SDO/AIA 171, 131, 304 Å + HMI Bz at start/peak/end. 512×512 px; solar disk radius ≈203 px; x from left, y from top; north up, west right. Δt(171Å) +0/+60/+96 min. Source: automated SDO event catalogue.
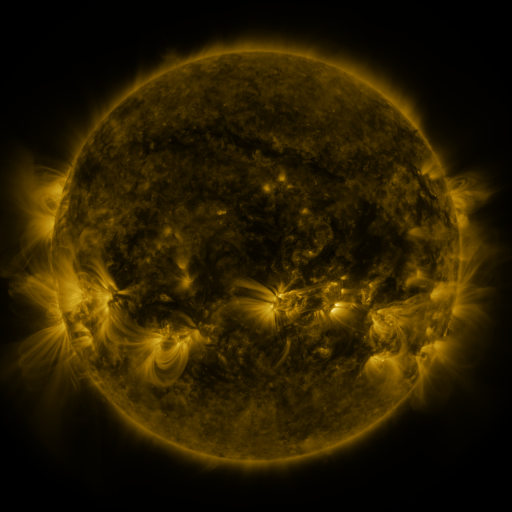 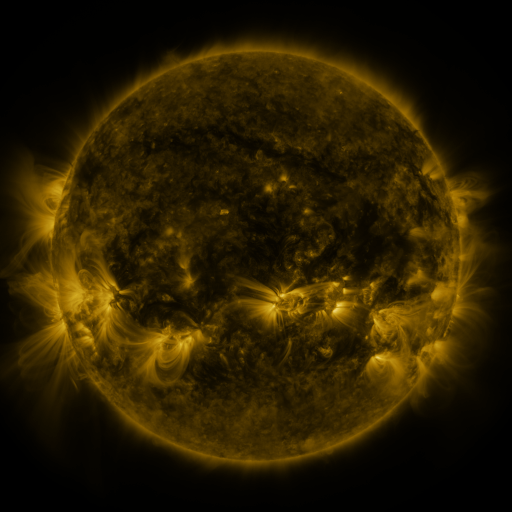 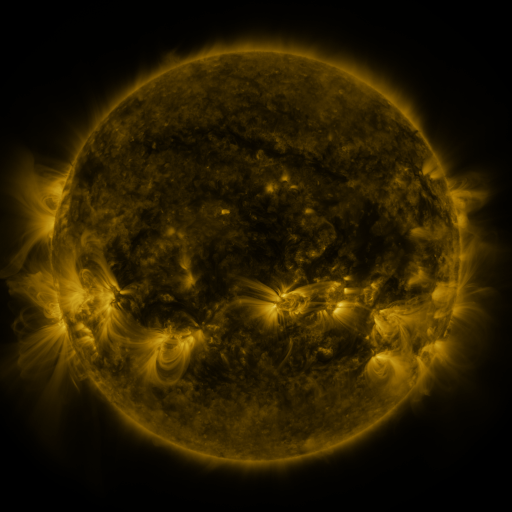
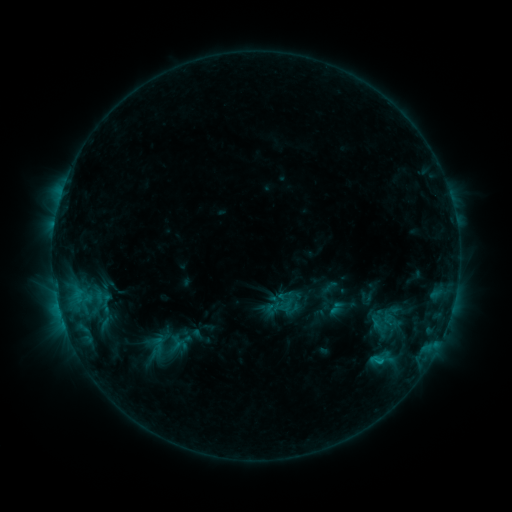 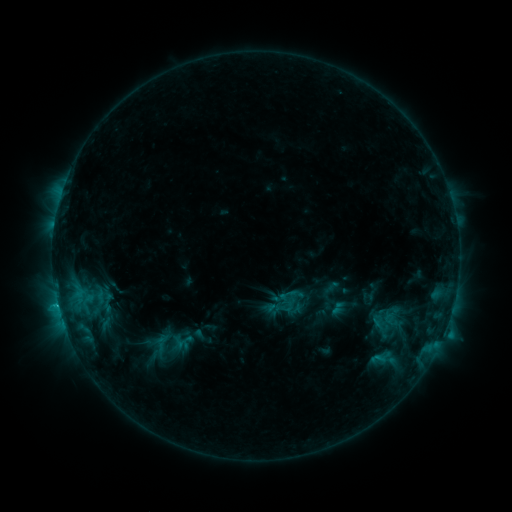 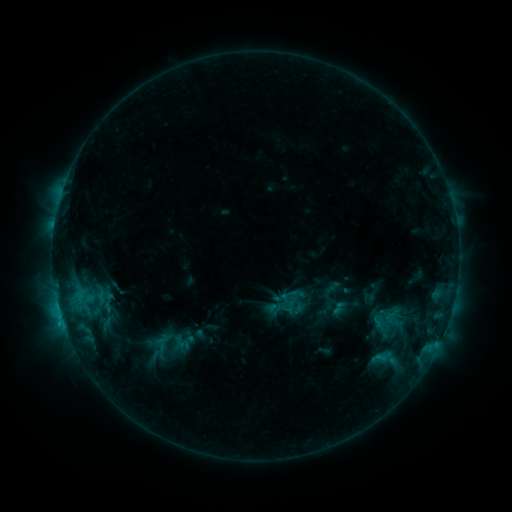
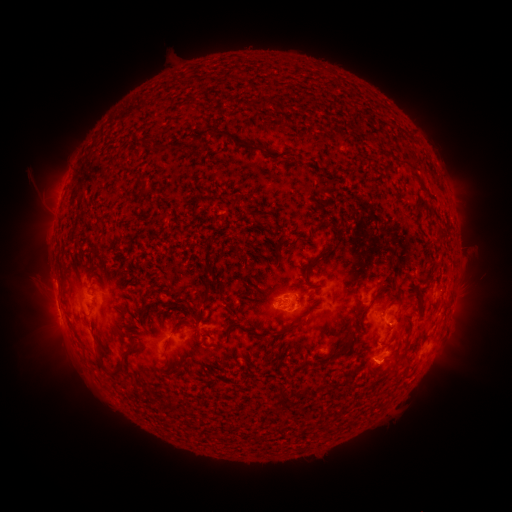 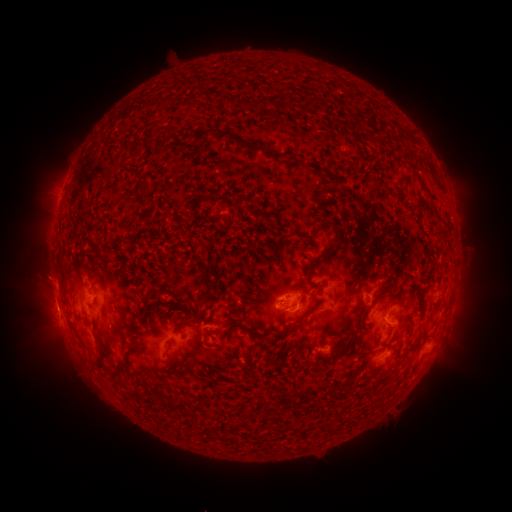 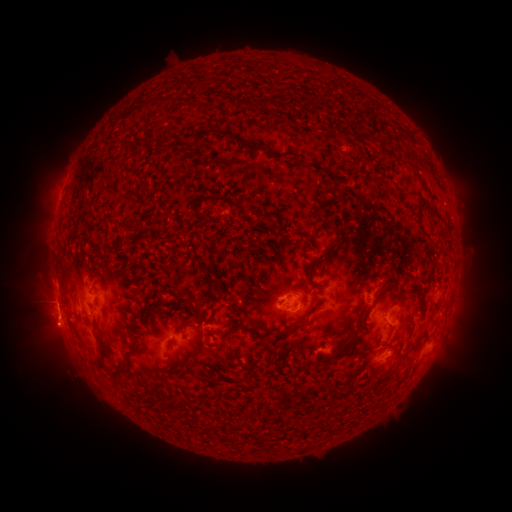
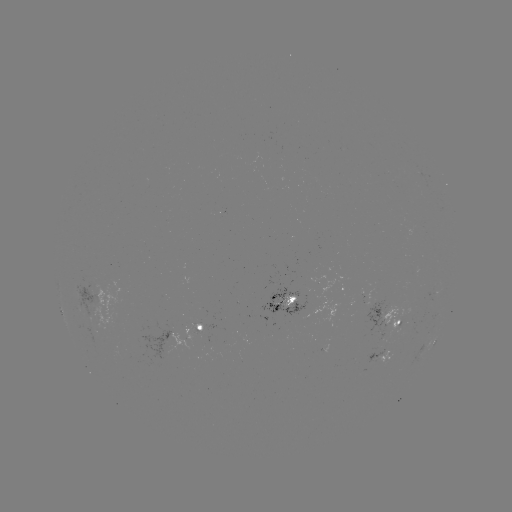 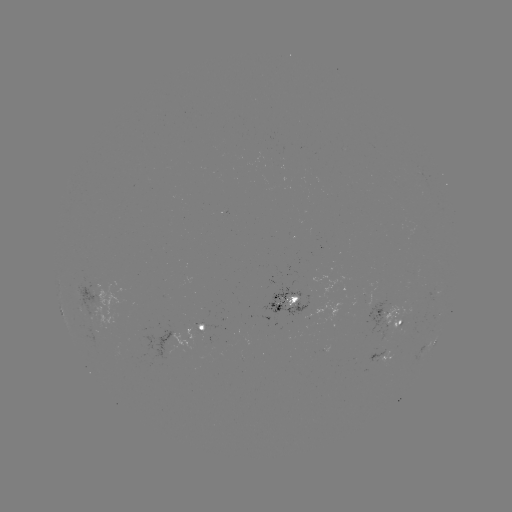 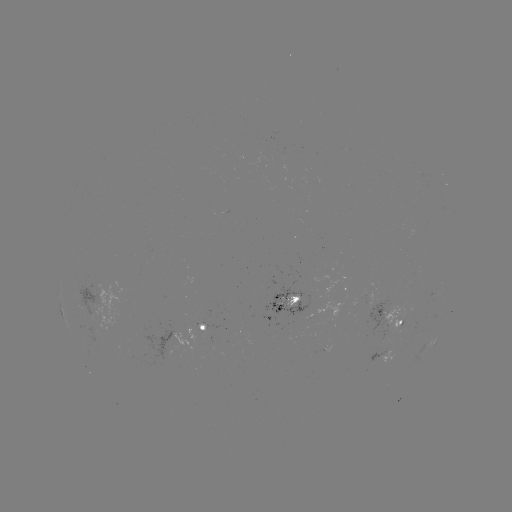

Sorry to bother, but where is emerging-flux region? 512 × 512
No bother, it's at (281, 303).